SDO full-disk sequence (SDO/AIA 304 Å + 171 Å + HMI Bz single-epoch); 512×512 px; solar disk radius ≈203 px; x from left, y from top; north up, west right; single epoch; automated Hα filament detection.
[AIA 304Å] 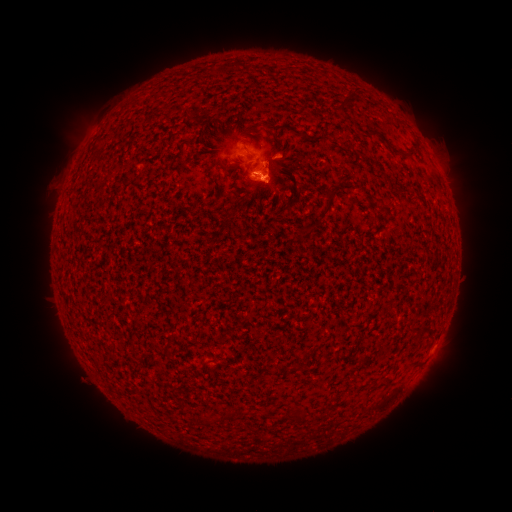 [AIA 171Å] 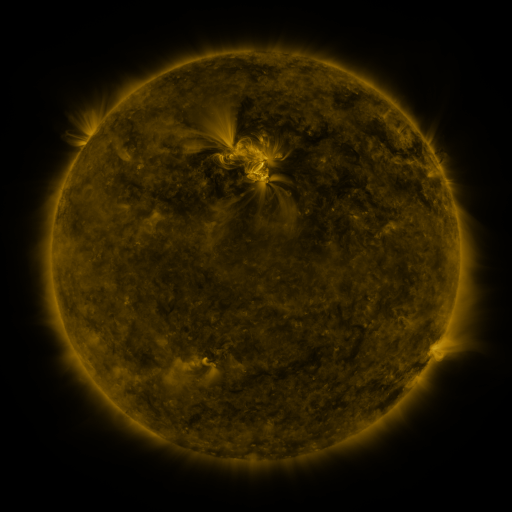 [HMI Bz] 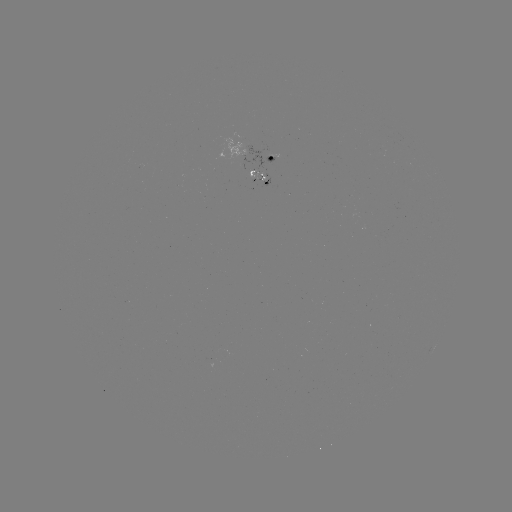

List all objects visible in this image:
filament: (388, 144)
filament: (330, 199)
filament: (134, 355)
filament: (385, 381)
filament: (299, 417)
filament: (205, 419)
